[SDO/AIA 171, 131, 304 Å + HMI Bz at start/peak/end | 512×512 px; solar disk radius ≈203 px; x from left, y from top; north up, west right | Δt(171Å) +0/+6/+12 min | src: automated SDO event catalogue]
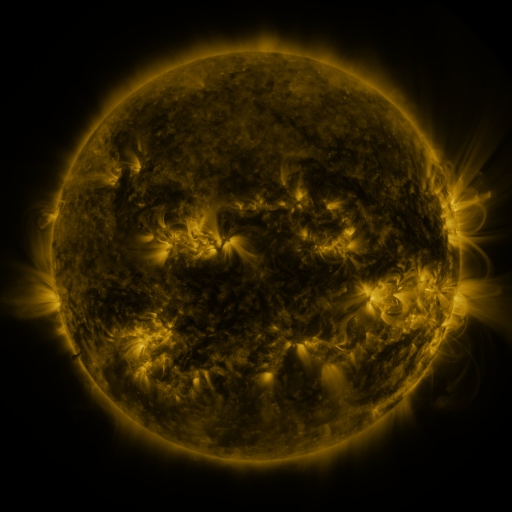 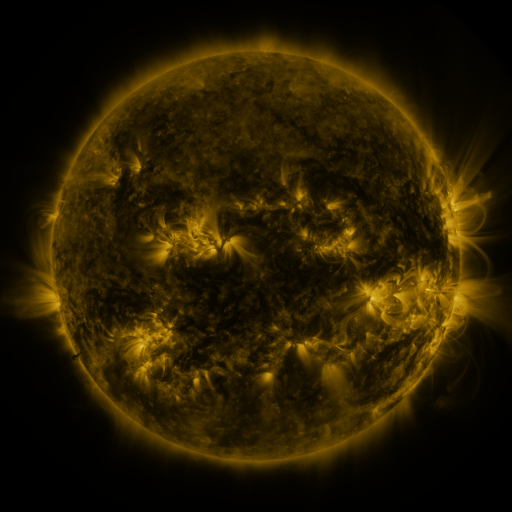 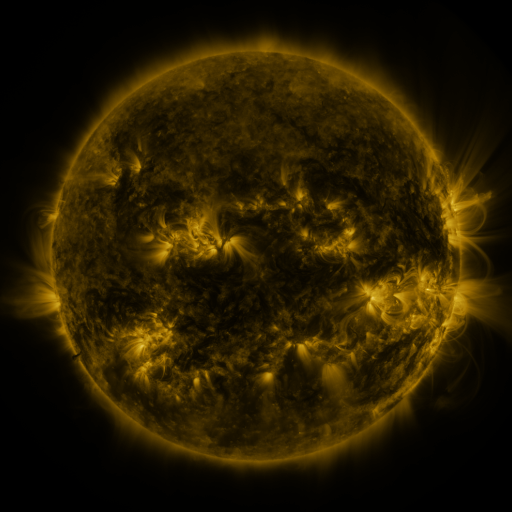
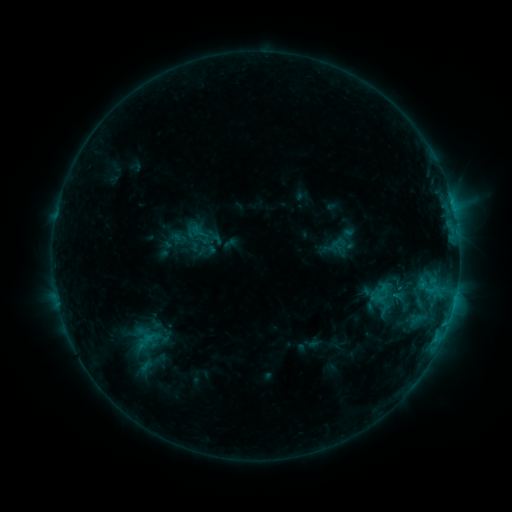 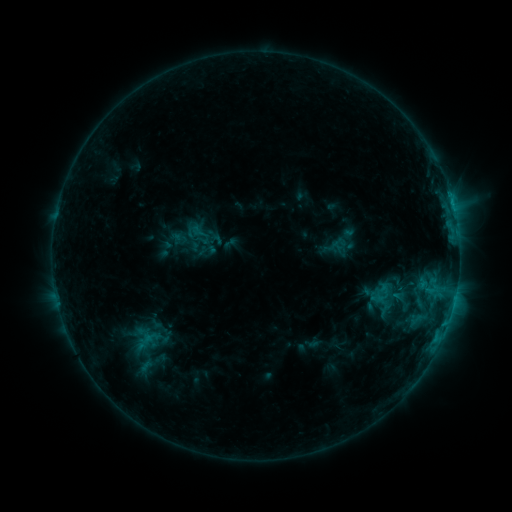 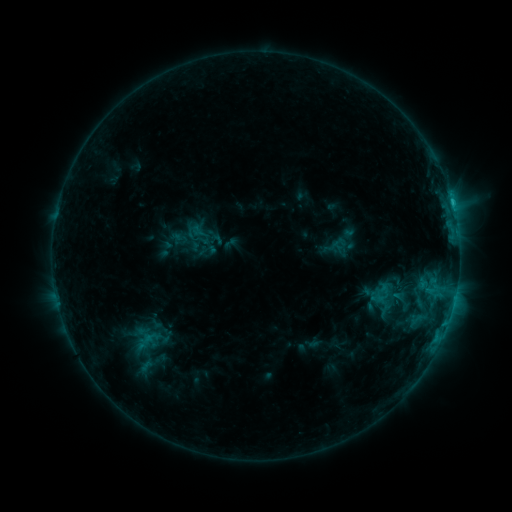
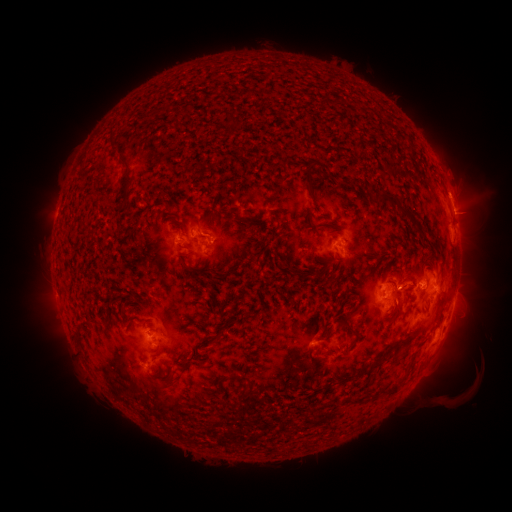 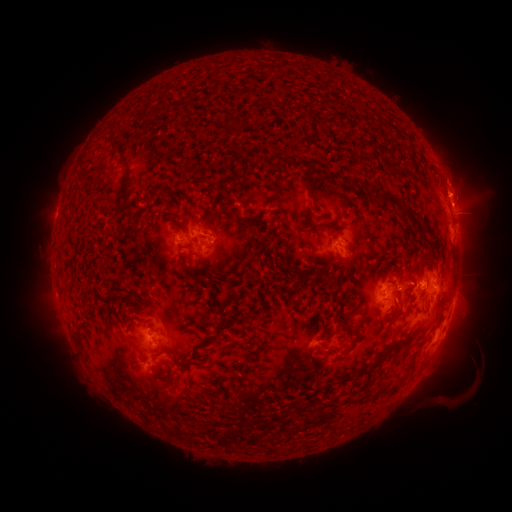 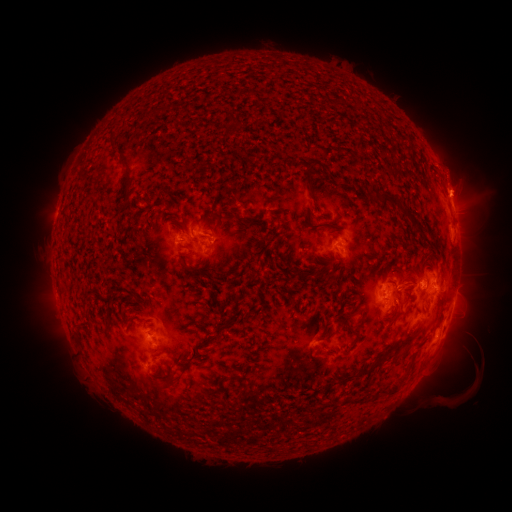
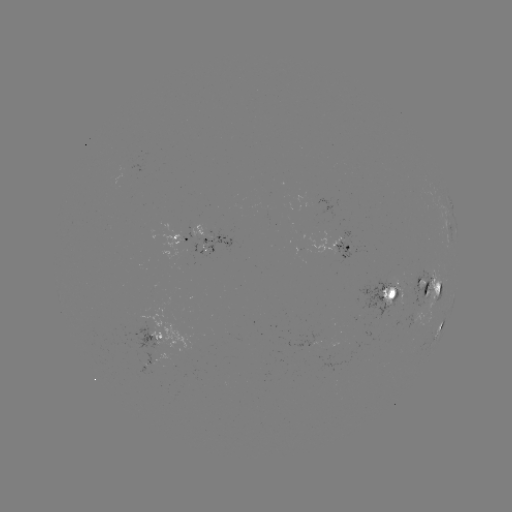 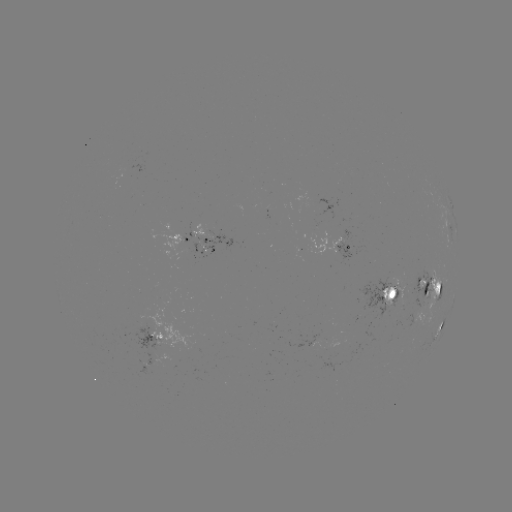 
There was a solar eruption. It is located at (457, 183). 